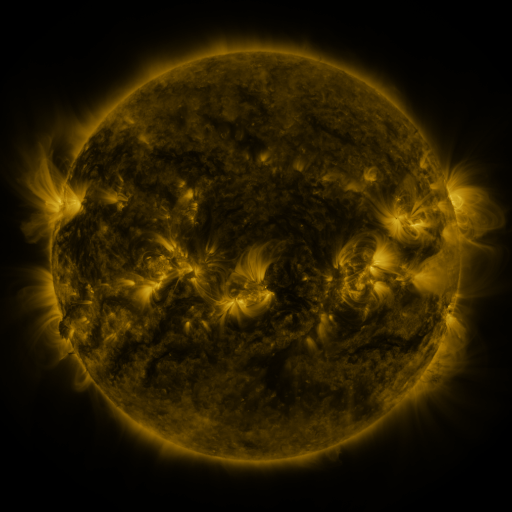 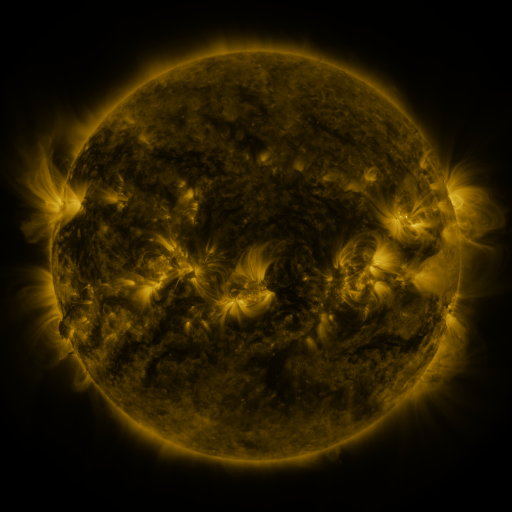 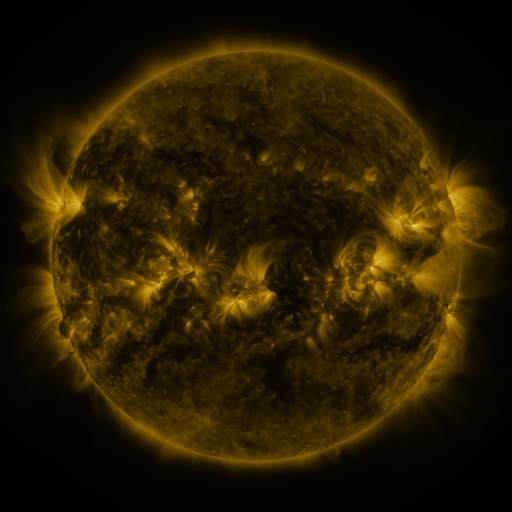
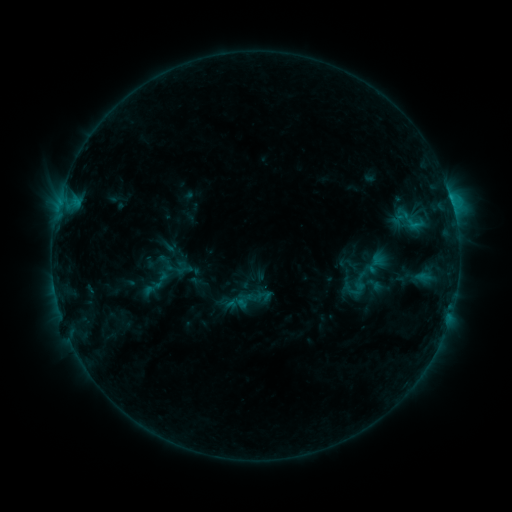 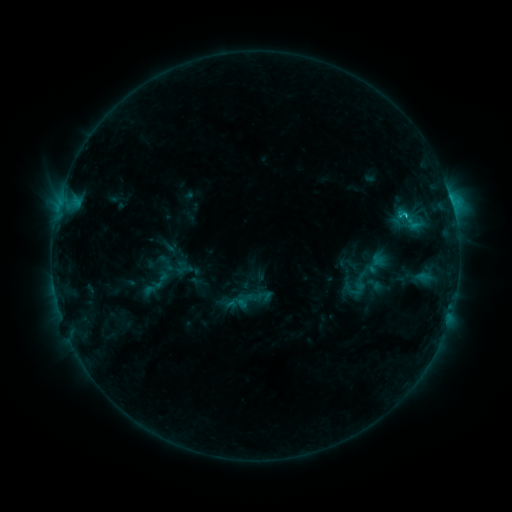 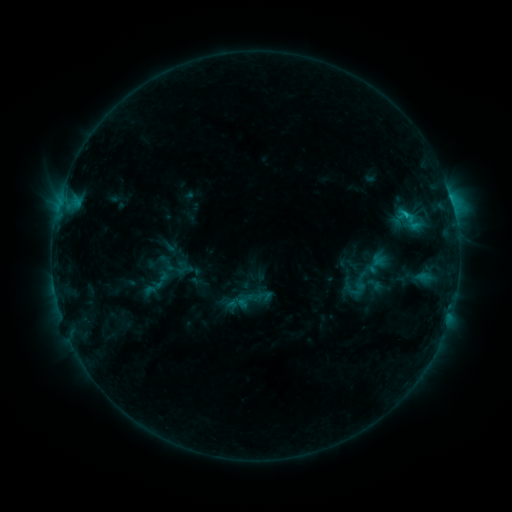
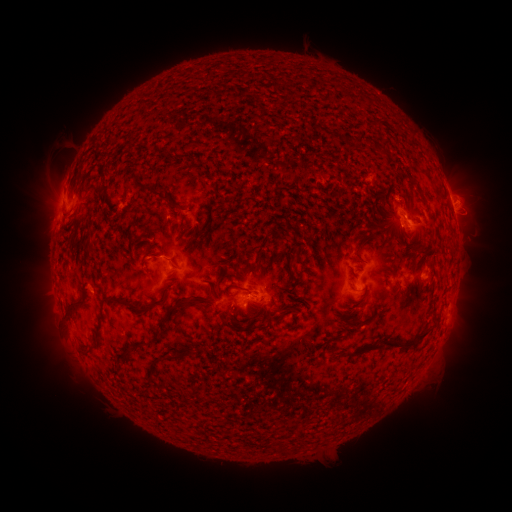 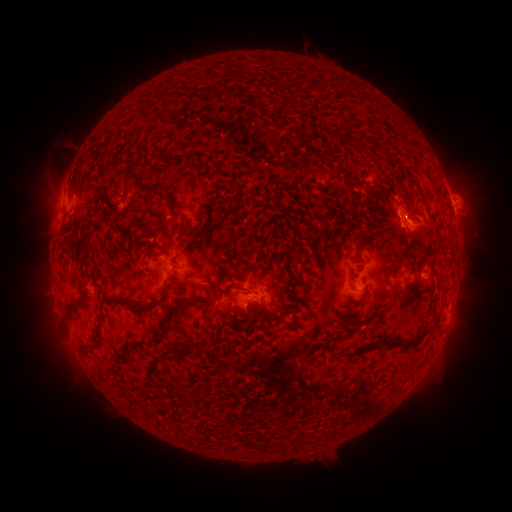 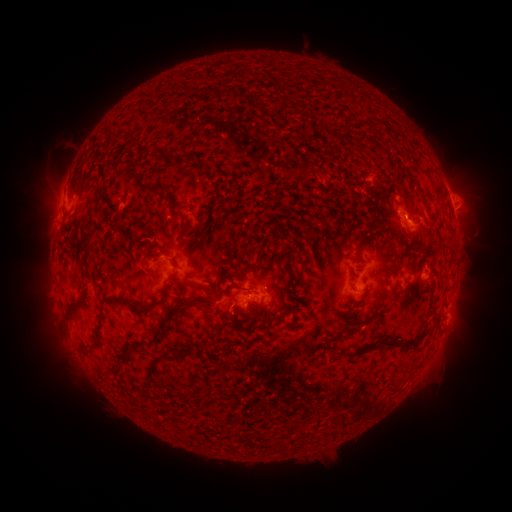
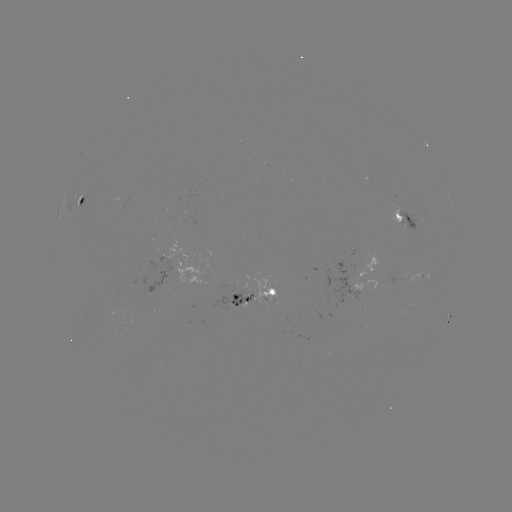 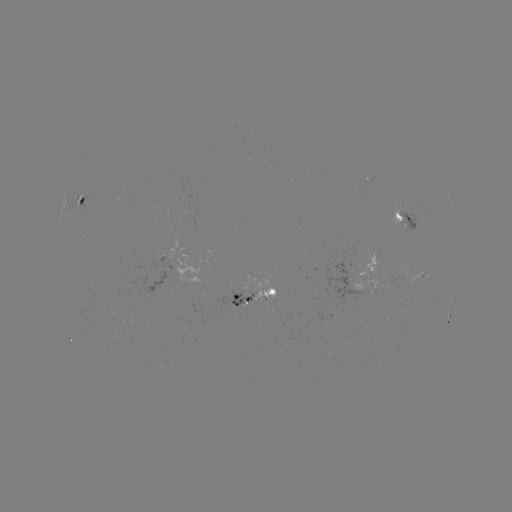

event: flare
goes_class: C1.7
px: (404, 217)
